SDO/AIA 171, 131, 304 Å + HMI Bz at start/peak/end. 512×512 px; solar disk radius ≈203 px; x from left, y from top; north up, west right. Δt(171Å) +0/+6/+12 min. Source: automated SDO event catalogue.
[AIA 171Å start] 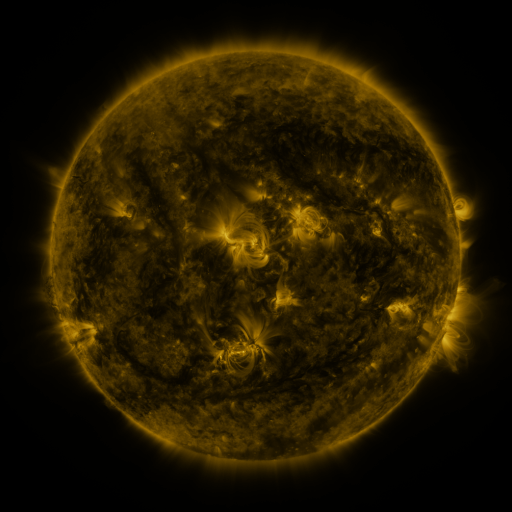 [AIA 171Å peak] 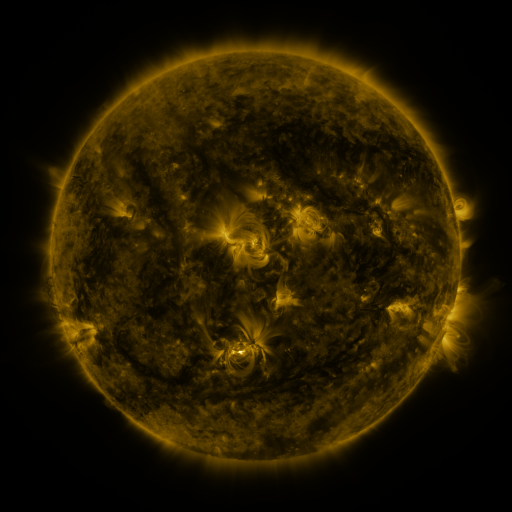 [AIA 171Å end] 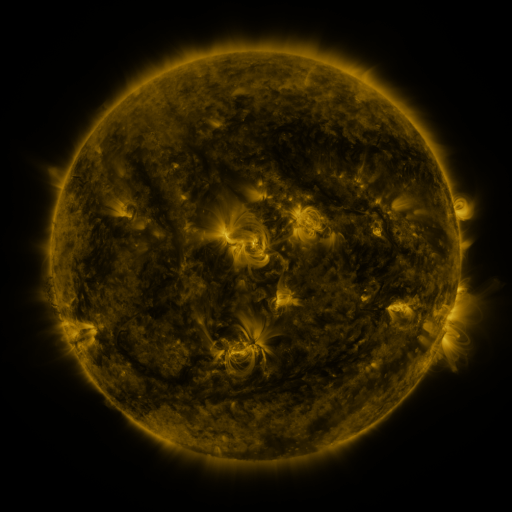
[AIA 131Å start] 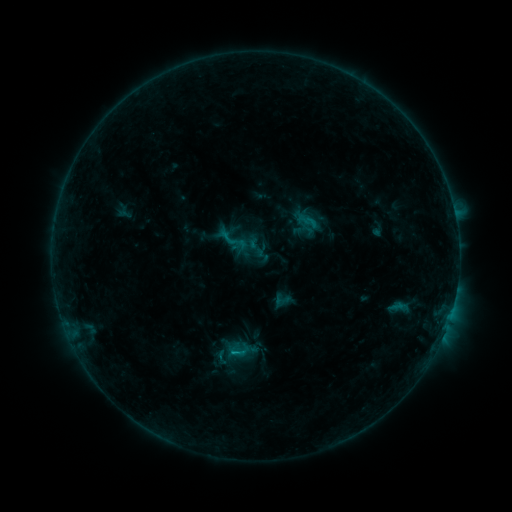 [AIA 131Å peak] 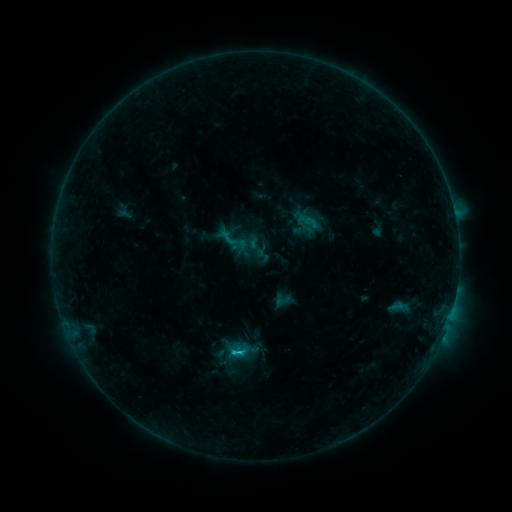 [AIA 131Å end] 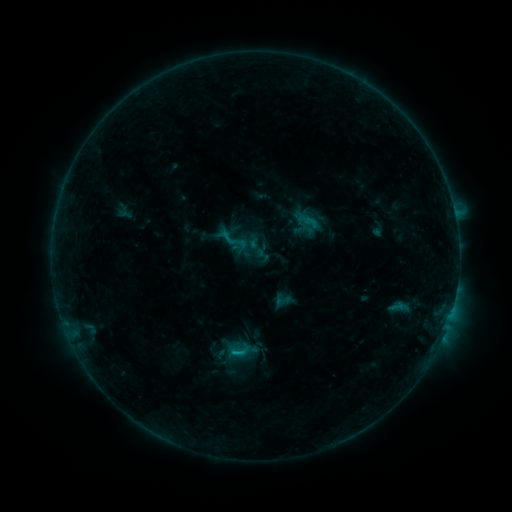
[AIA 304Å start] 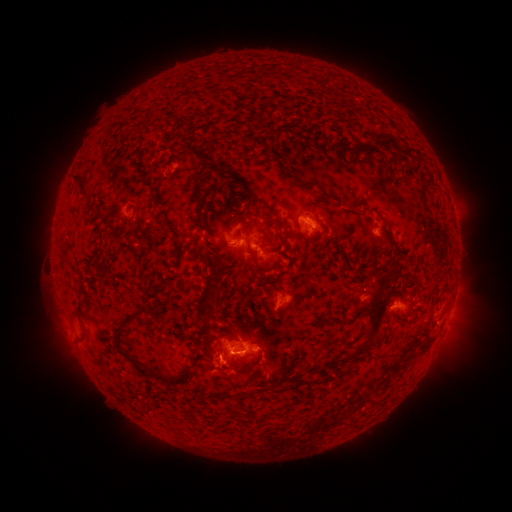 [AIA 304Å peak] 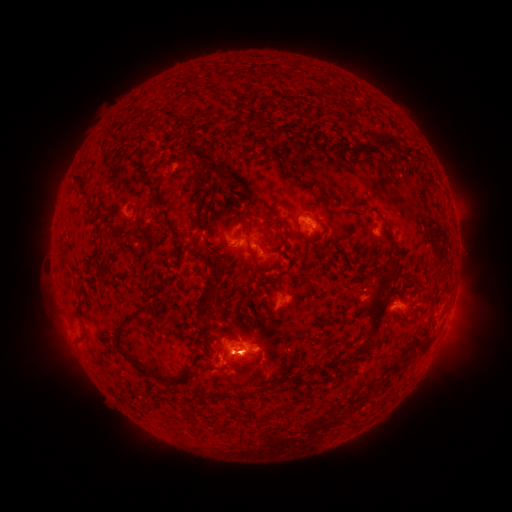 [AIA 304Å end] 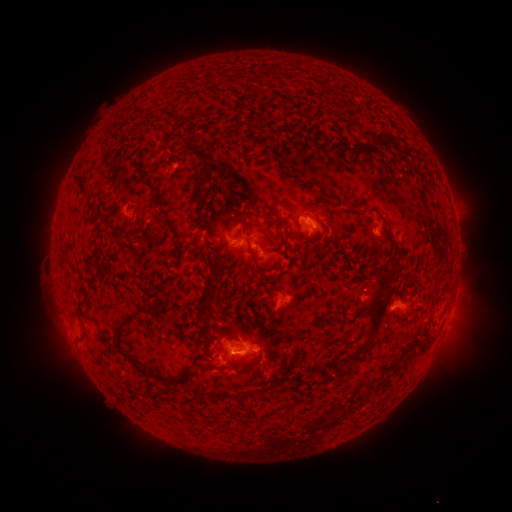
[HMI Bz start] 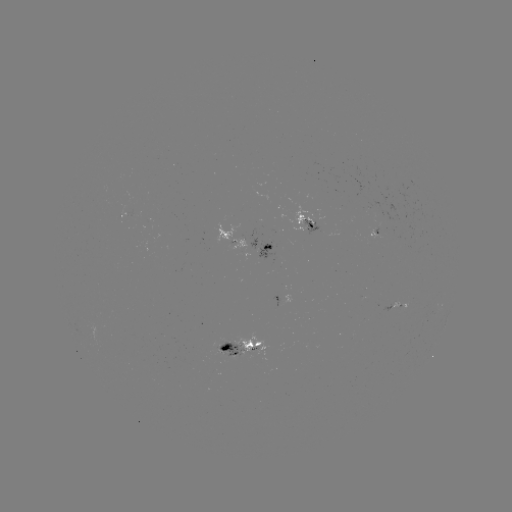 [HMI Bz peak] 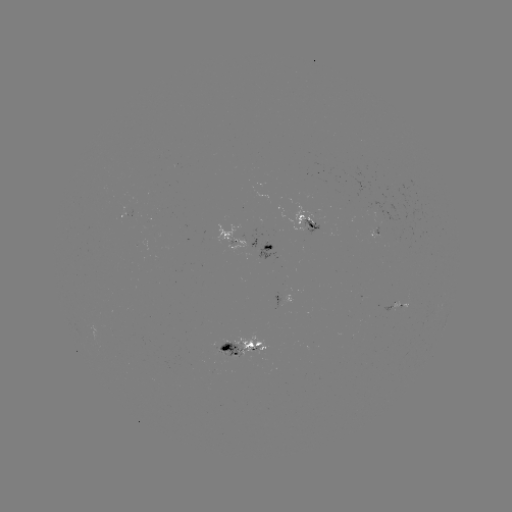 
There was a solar flare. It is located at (242, 351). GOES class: C1.1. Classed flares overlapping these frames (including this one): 1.